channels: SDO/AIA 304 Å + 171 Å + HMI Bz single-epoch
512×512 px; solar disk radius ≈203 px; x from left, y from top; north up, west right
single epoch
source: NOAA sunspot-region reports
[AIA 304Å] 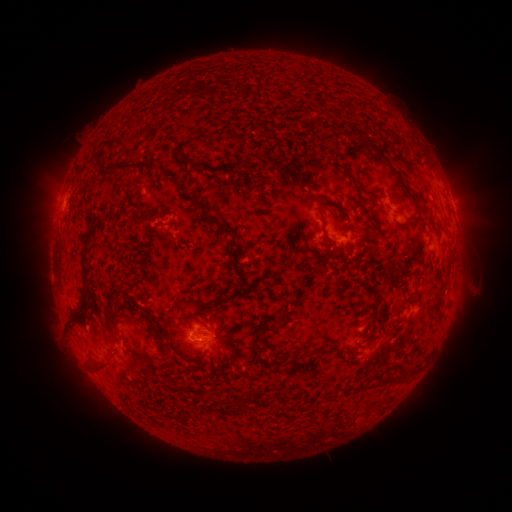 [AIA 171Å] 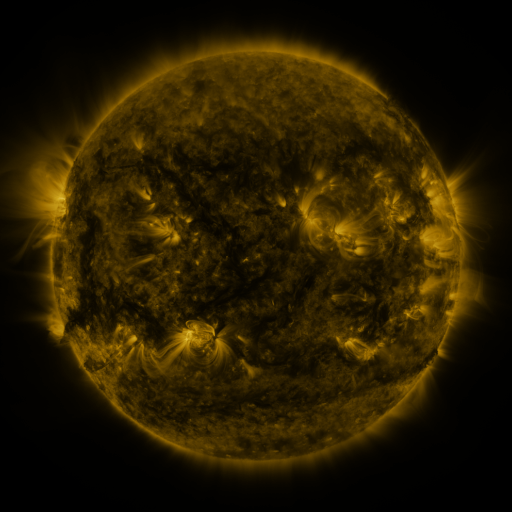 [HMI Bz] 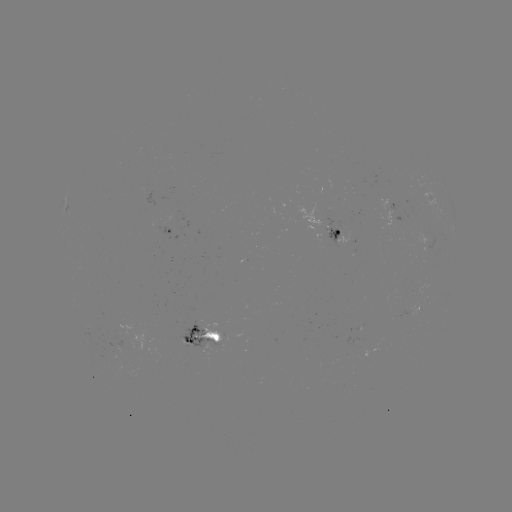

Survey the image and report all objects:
spotted active region: (395, 207)
spotted active region: (171, 233)
spotted active region: (340, 236)
spotted active region: (417, 307)
spotted active region: (205, 335)
